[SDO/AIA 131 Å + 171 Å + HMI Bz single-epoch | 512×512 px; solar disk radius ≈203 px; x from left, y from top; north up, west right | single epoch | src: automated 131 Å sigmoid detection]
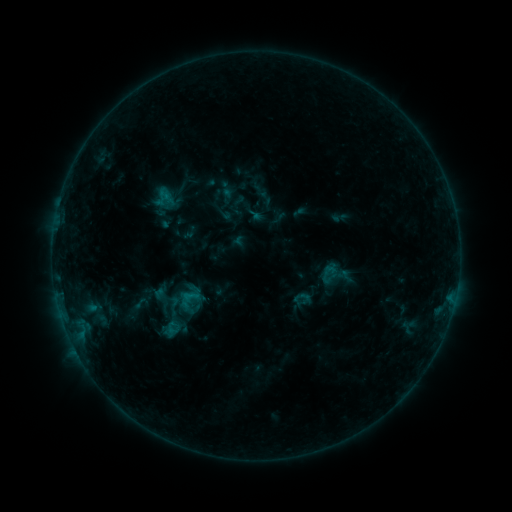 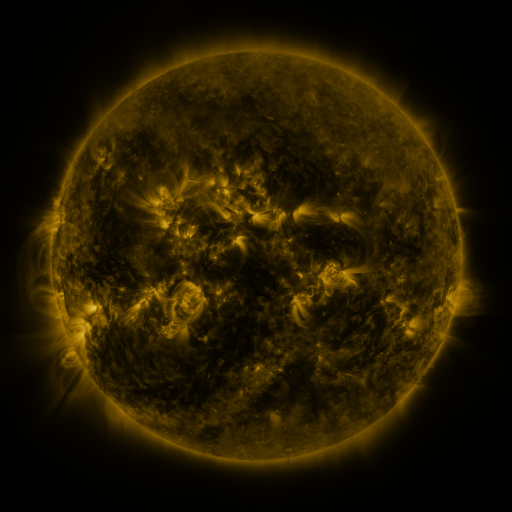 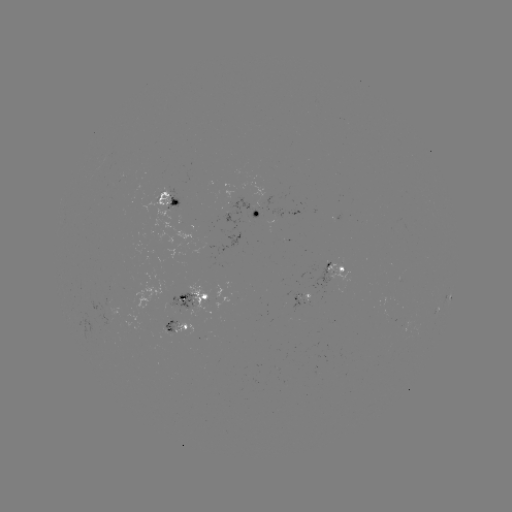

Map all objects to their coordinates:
sigmoid: (161, 297)
